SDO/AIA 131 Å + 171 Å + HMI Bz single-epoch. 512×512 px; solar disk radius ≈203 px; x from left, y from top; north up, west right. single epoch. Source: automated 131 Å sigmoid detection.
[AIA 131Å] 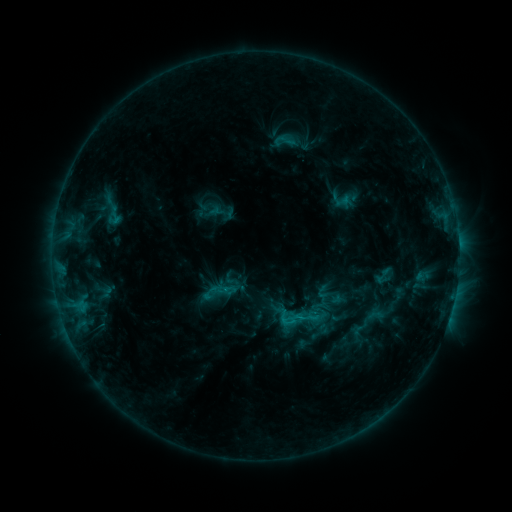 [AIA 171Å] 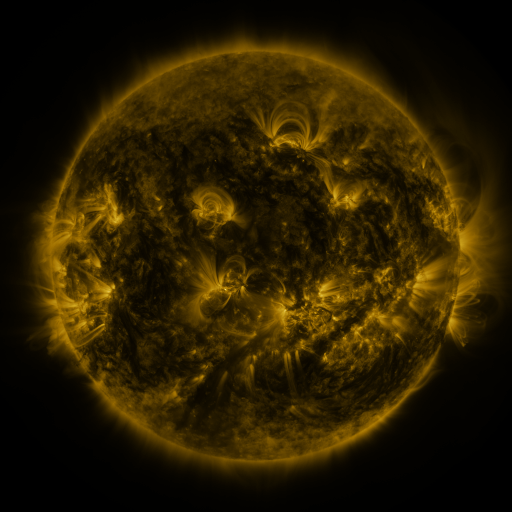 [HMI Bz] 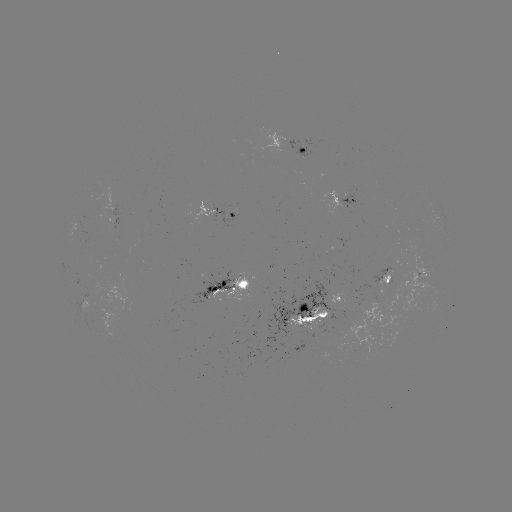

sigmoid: <bbox>286, 306, 308, 328</bbox>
